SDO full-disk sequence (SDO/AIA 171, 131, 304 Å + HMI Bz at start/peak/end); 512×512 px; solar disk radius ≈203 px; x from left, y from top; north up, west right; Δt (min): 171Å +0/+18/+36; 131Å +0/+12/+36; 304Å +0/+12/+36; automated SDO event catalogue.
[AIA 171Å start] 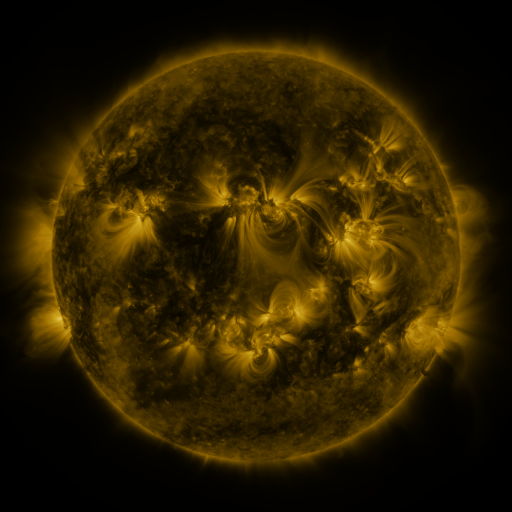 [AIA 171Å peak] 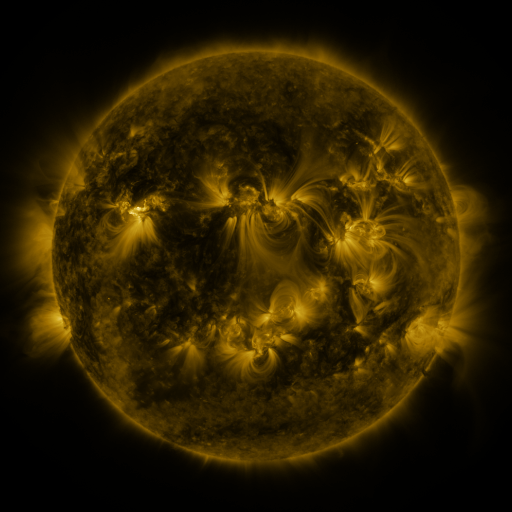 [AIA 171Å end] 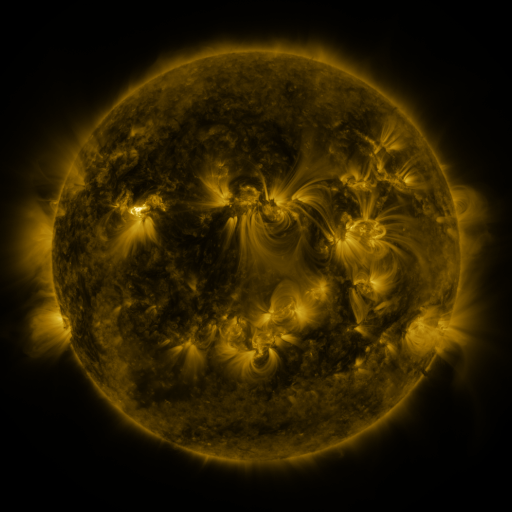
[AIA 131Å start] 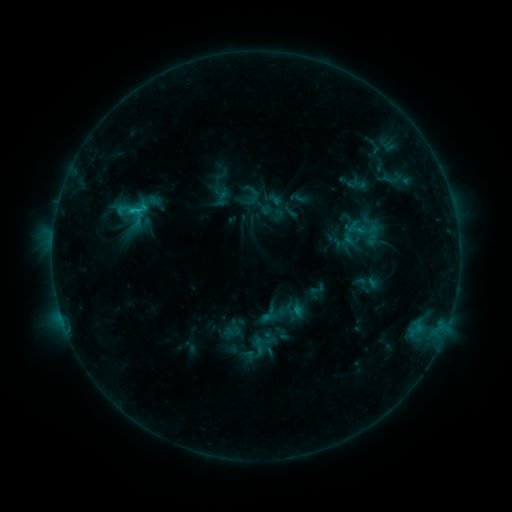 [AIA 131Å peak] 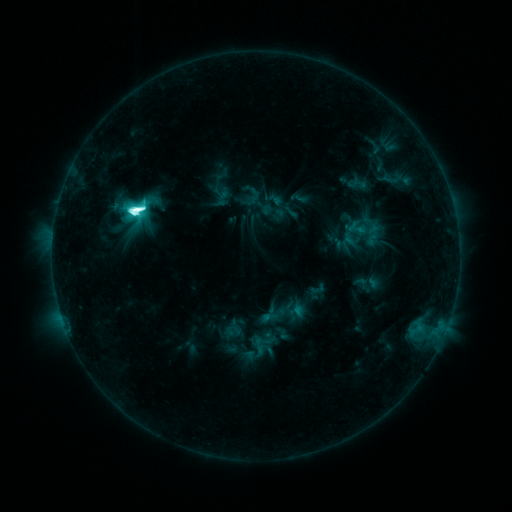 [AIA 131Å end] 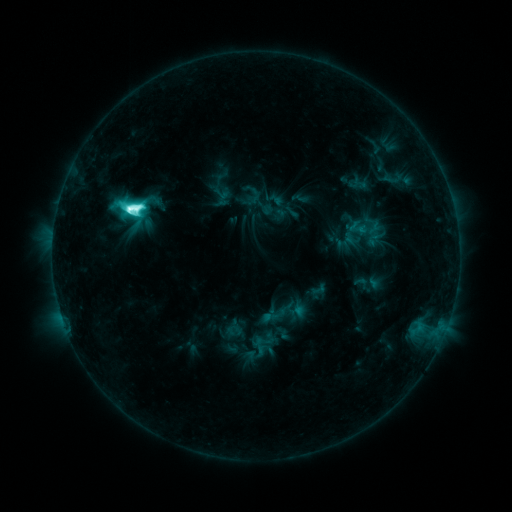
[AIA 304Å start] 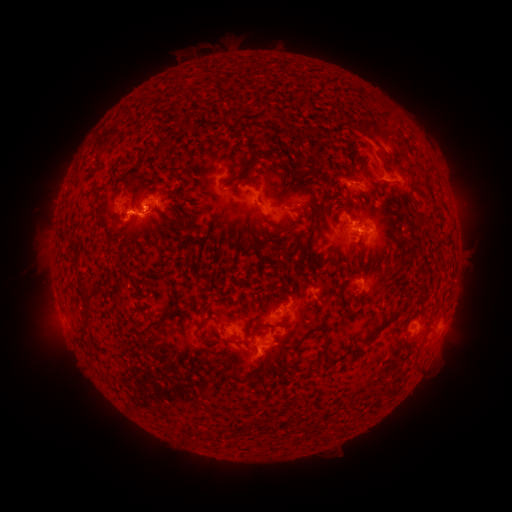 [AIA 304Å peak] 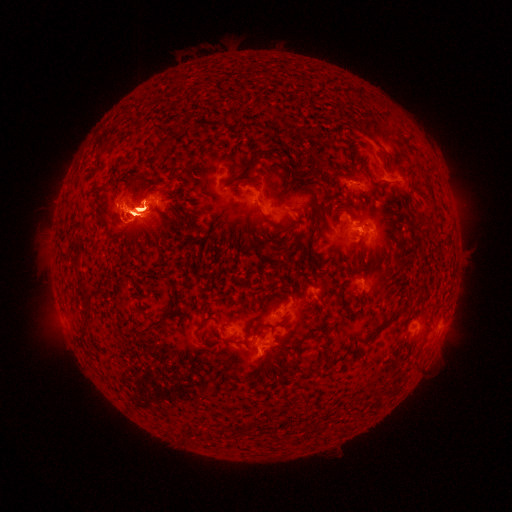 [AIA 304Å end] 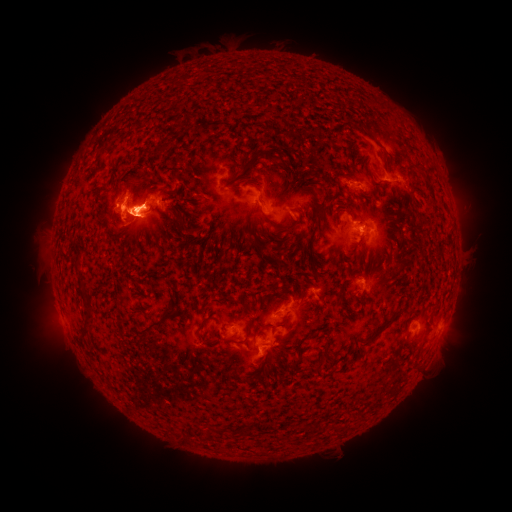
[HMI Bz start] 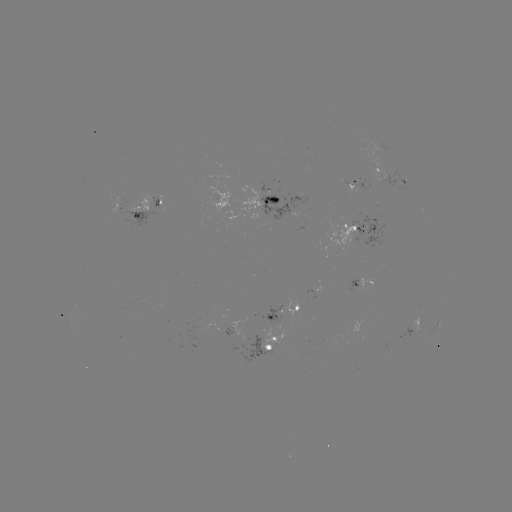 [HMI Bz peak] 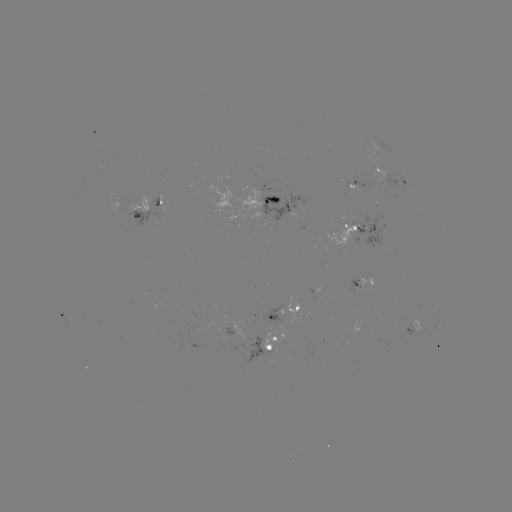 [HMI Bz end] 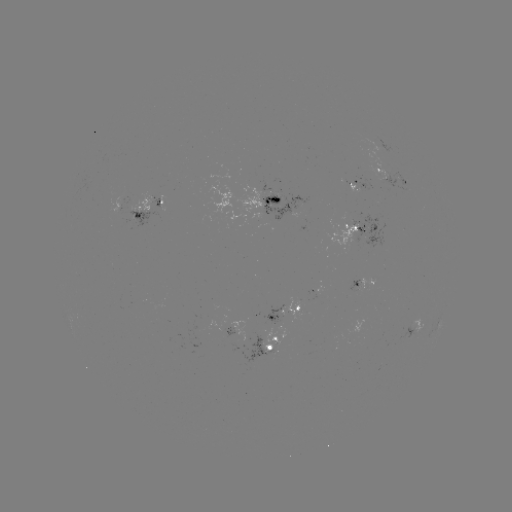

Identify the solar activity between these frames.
M3.2 flare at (138, 210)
